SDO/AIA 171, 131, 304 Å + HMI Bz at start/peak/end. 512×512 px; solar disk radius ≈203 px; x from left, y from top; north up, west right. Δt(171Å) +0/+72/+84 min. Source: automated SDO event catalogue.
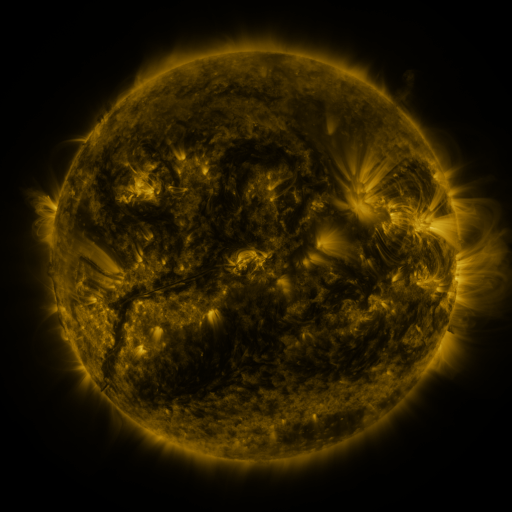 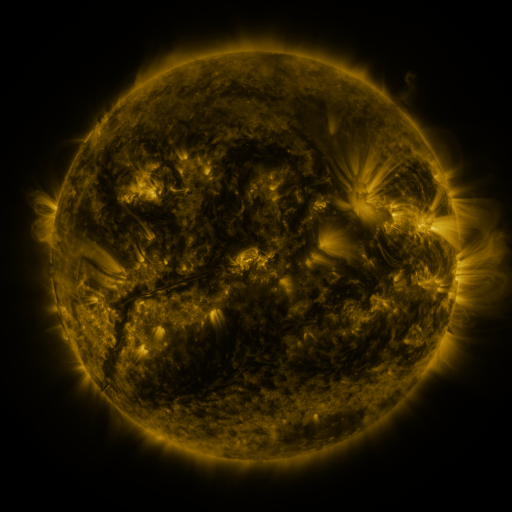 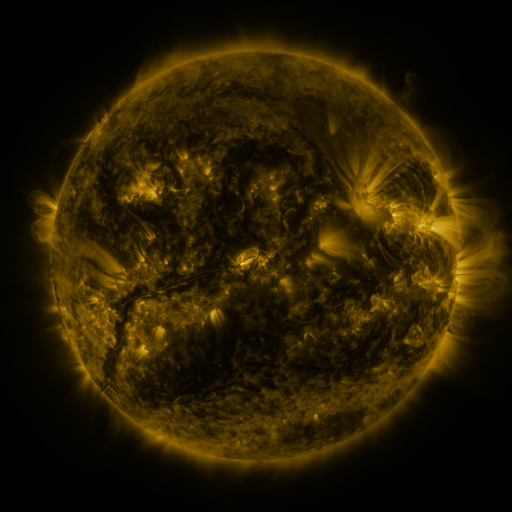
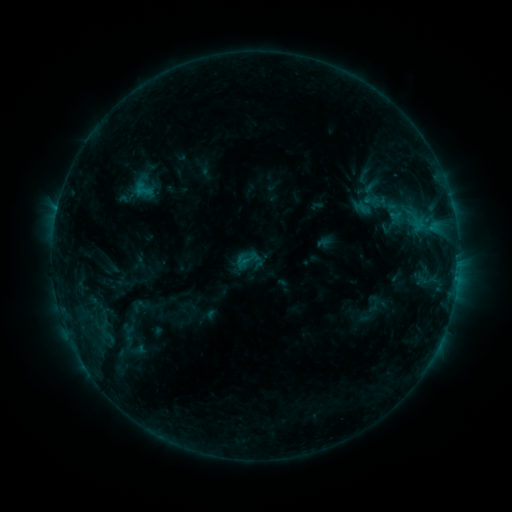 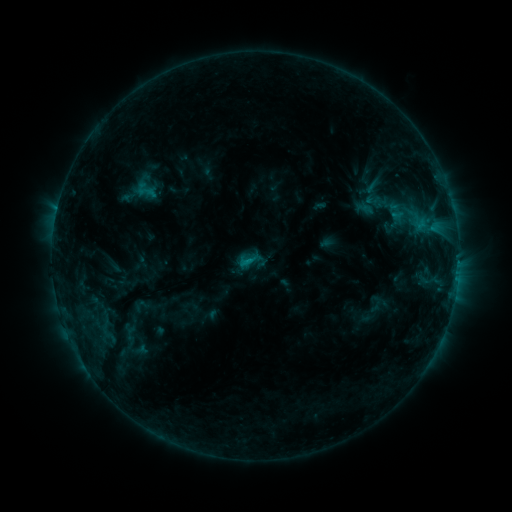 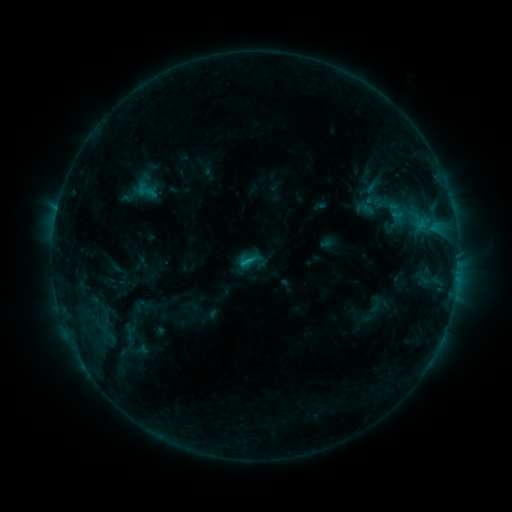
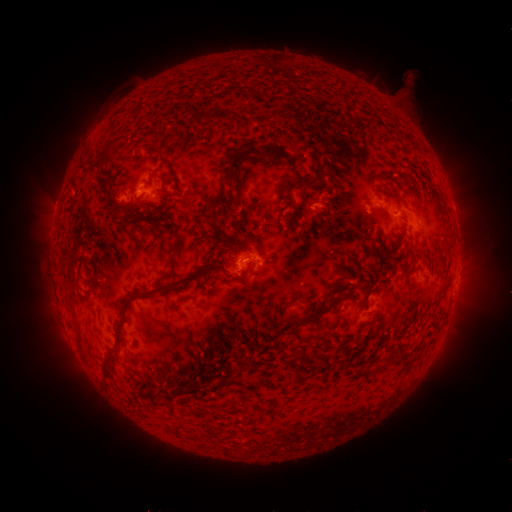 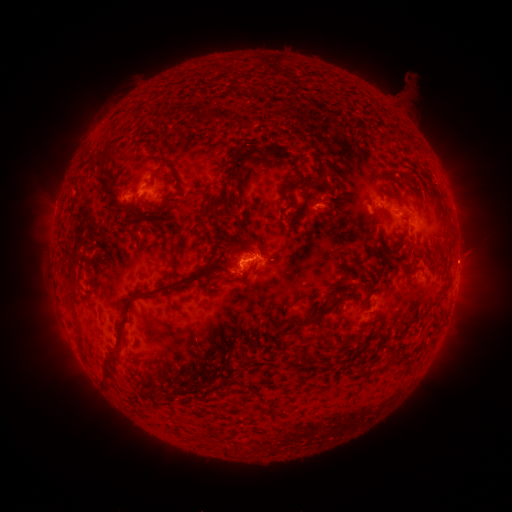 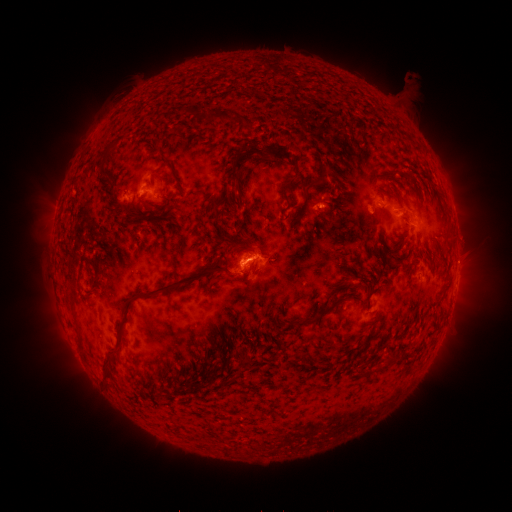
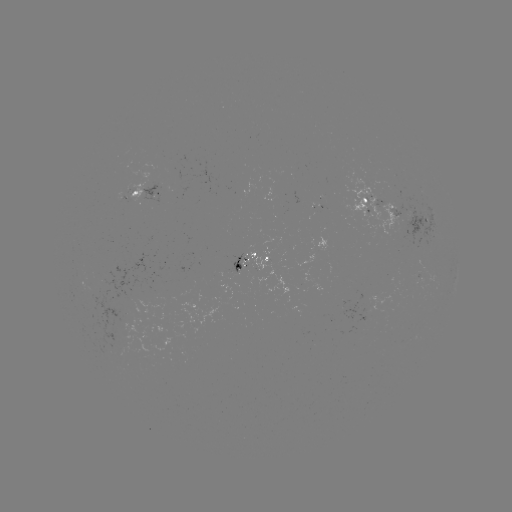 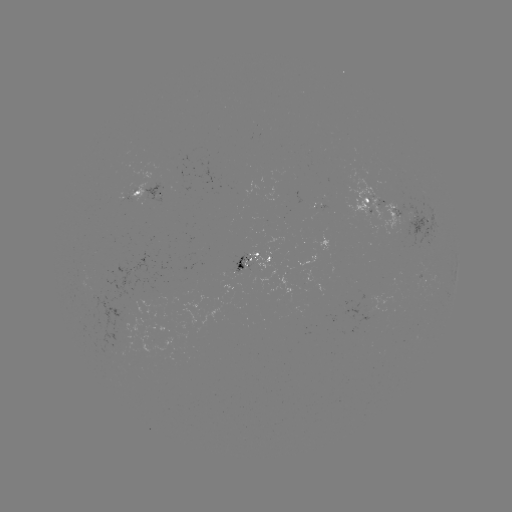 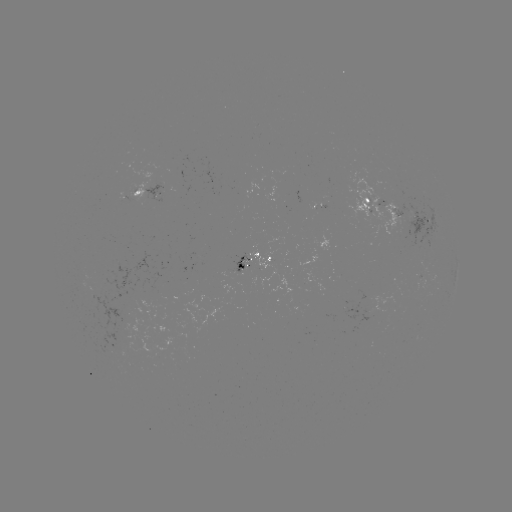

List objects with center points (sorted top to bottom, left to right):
emerging-flux region: (237, 269)
